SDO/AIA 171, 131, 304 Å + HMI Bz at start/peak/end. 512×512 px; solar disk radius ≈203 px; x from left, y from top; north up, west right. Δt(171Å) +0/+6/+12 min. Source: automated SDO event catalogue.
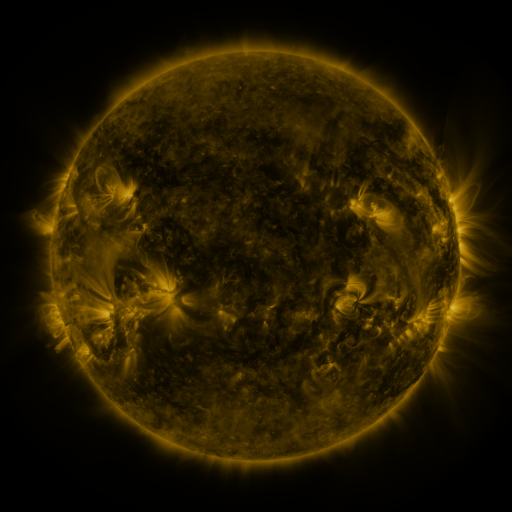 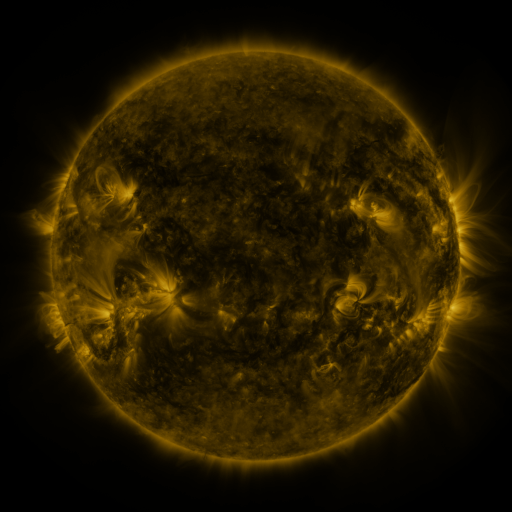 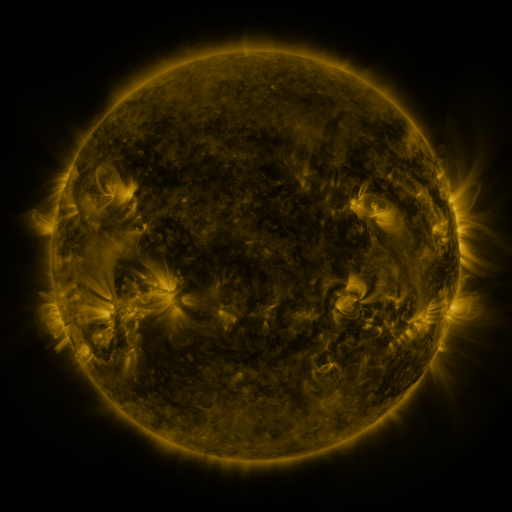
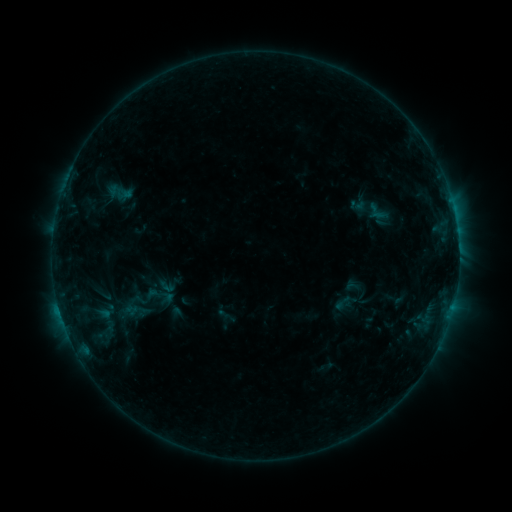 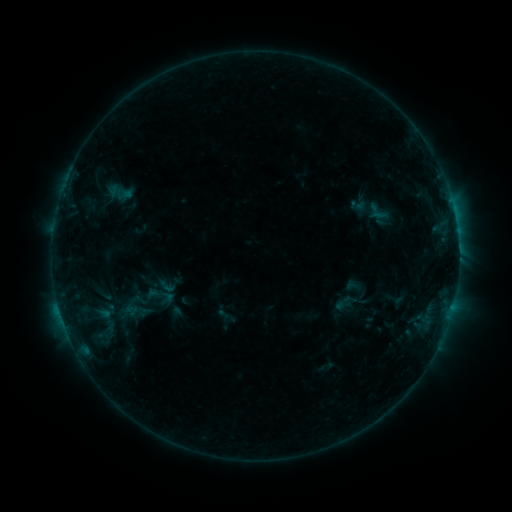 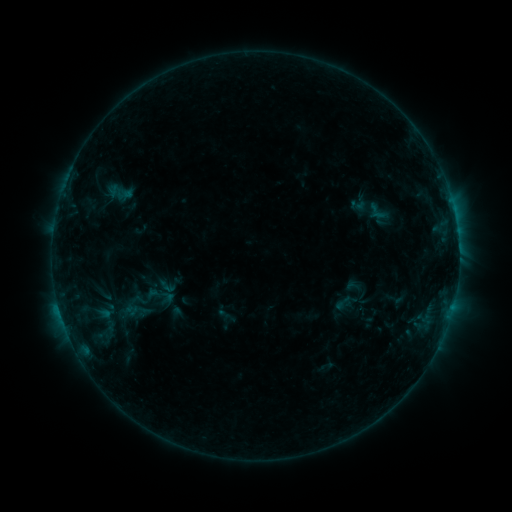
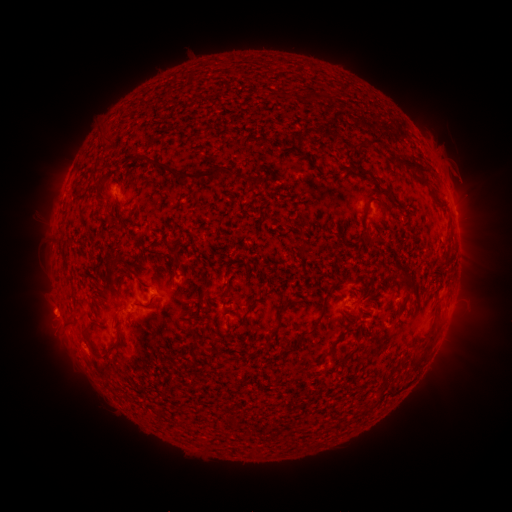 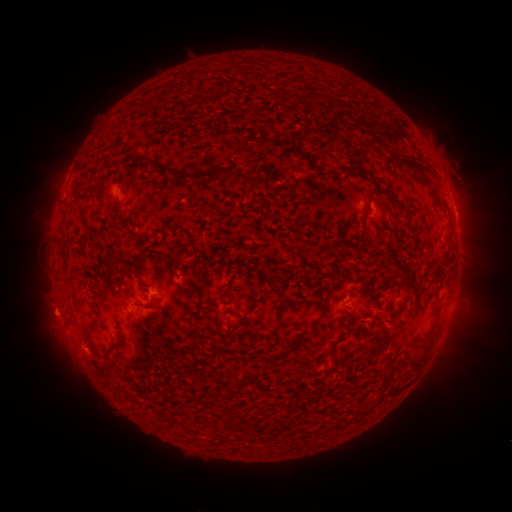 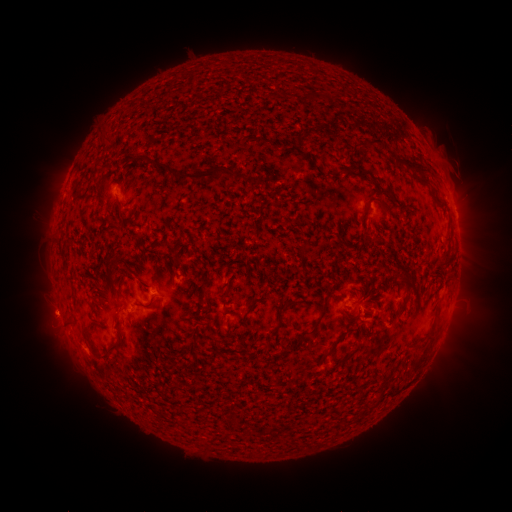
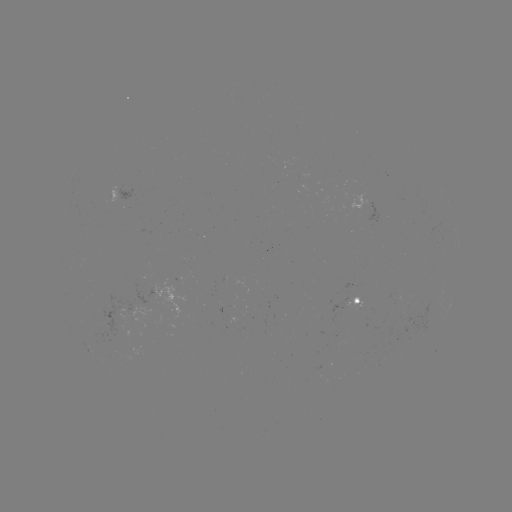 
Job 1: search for eruption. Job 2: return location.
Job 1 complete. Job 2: (53, 314).